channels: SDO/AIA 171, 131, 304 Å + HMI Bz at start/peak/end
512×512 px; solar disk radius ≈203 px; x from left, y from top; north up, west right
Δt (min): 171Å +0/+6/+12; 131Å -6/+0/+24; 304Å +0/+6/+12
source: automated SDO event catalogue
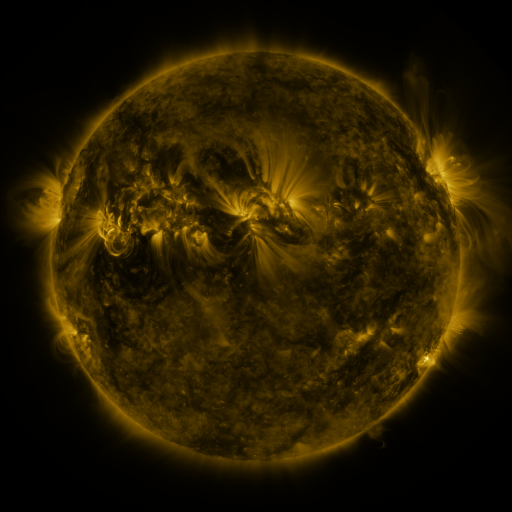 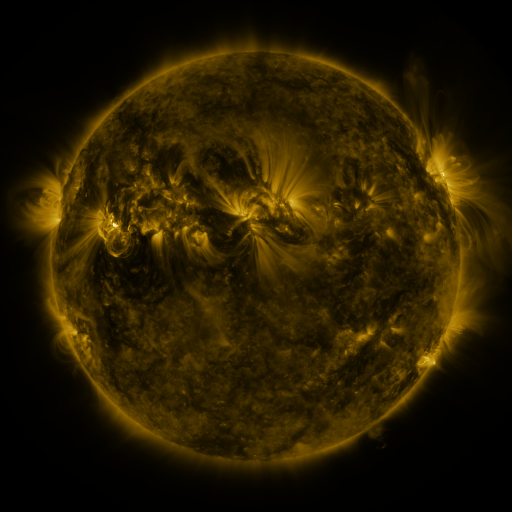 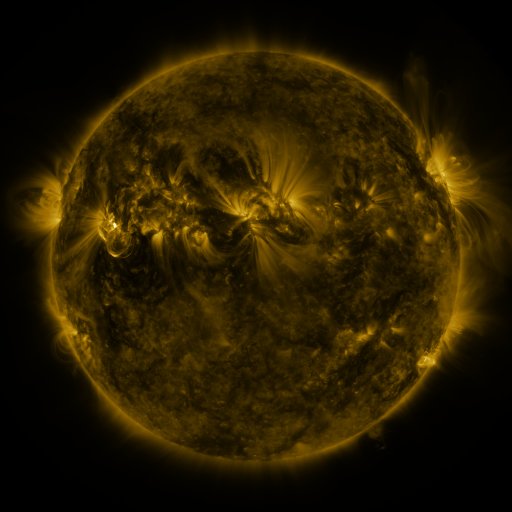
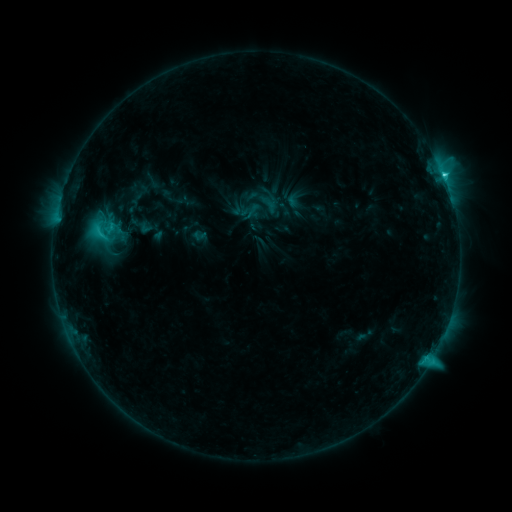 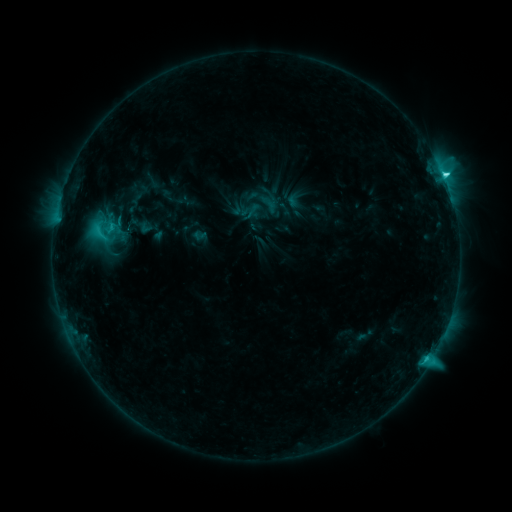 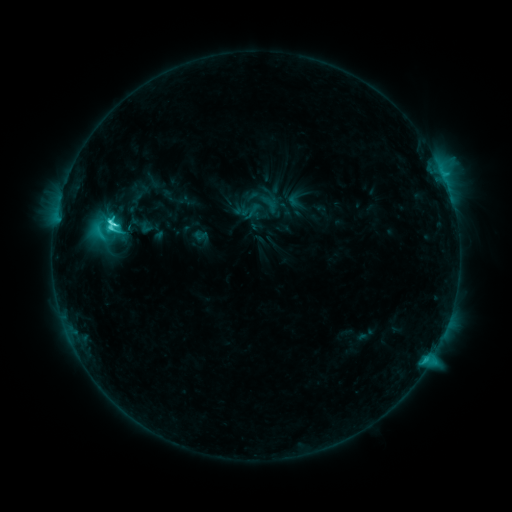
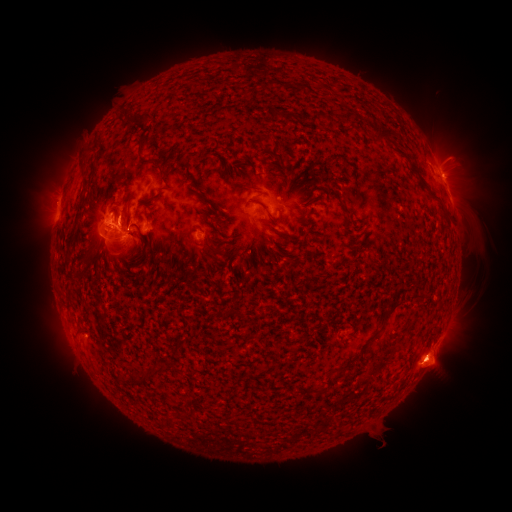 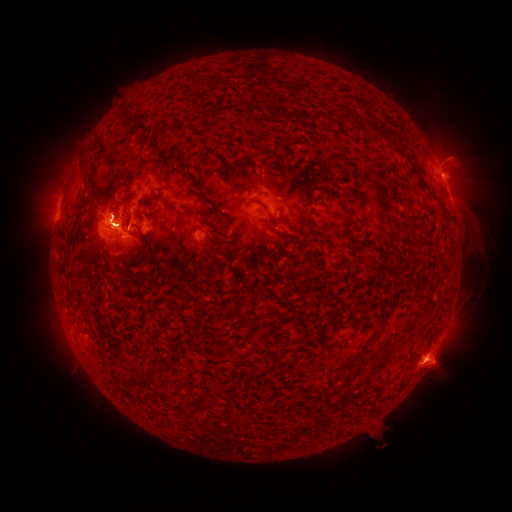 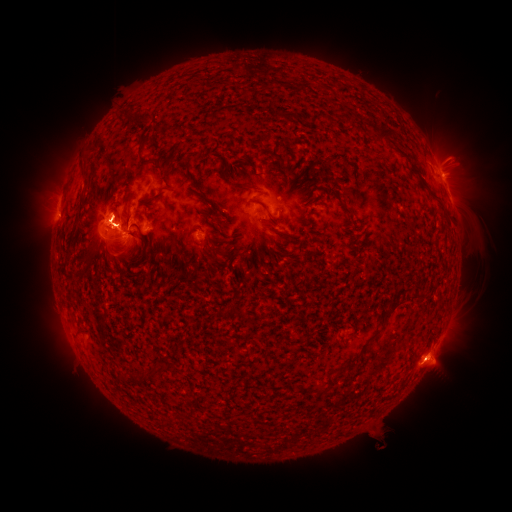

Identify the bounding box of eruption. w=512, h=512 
[420, 126, 489, 202].